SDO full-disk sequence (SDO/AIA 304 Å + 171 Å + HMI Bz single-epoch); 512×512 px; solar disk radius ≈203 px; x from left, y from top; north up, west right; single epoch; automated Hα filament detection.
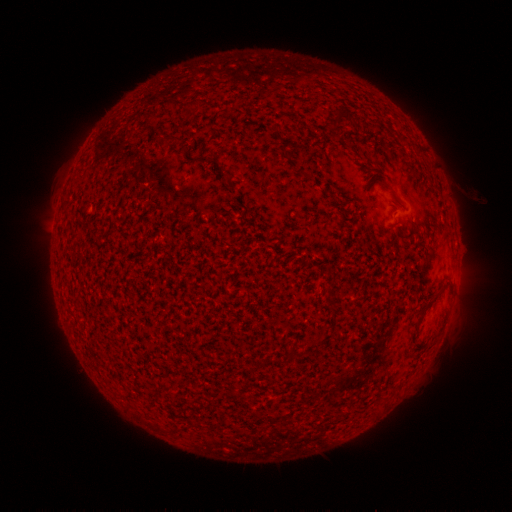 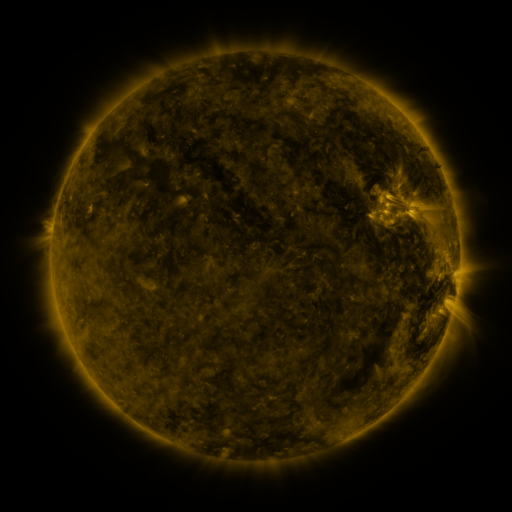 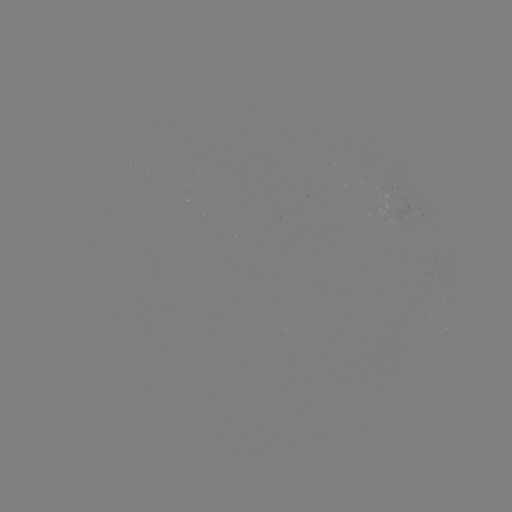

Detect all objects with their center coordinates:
filament: (180, 100, 199, 110)
filament: (334, 109, 342, 123)
filament: (164, 134, 174, 142)
filament: (415, 288, 444, 326)
filament: (172, 425, 182, 433)
